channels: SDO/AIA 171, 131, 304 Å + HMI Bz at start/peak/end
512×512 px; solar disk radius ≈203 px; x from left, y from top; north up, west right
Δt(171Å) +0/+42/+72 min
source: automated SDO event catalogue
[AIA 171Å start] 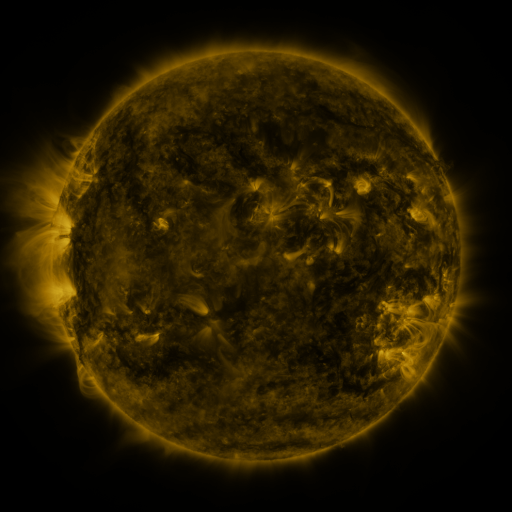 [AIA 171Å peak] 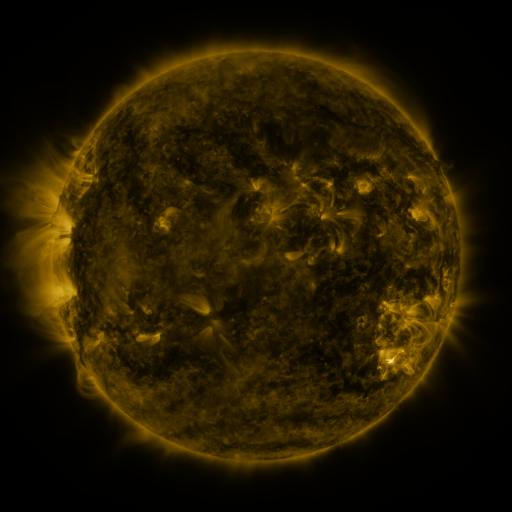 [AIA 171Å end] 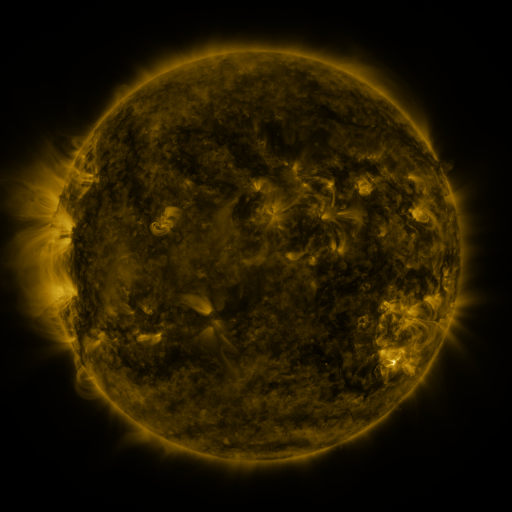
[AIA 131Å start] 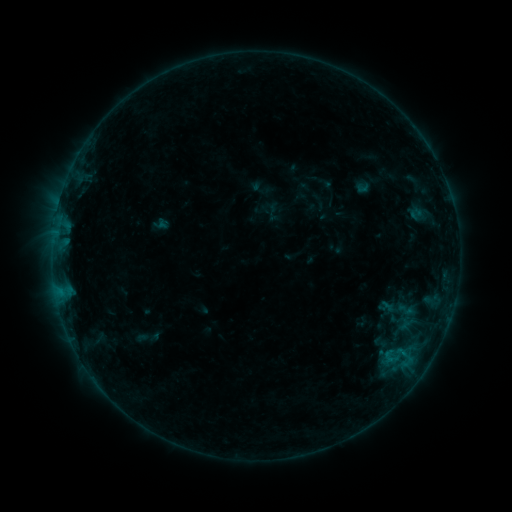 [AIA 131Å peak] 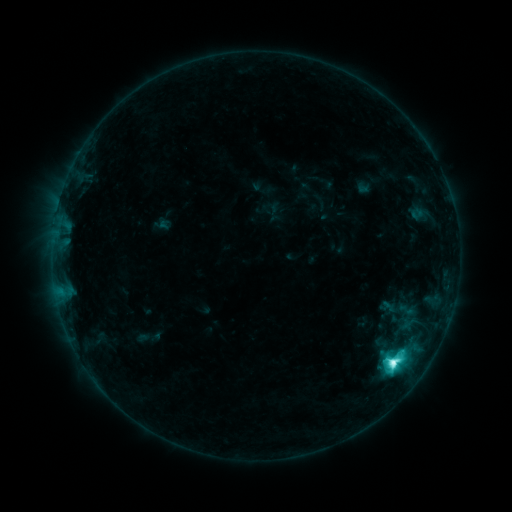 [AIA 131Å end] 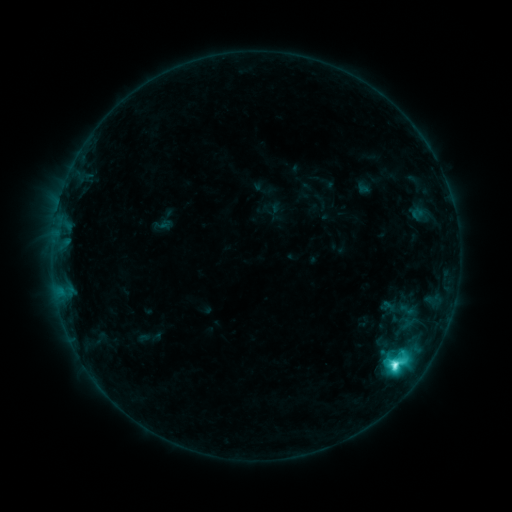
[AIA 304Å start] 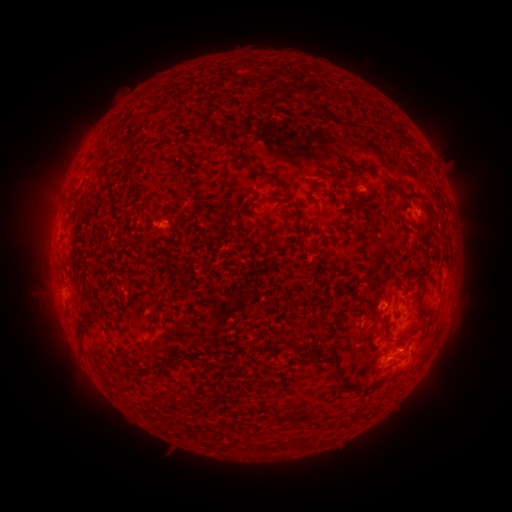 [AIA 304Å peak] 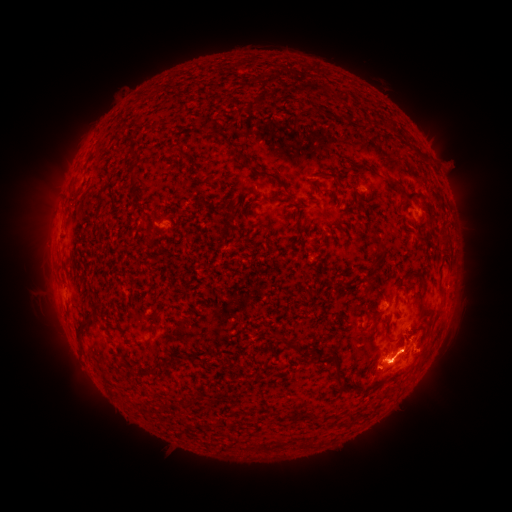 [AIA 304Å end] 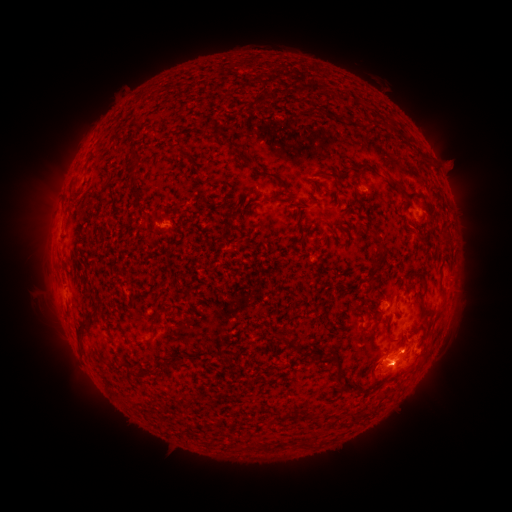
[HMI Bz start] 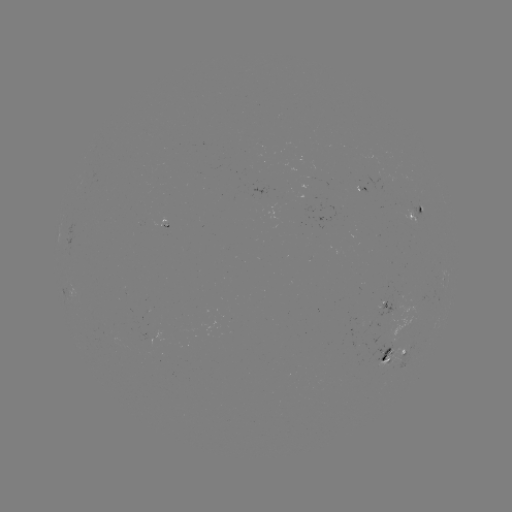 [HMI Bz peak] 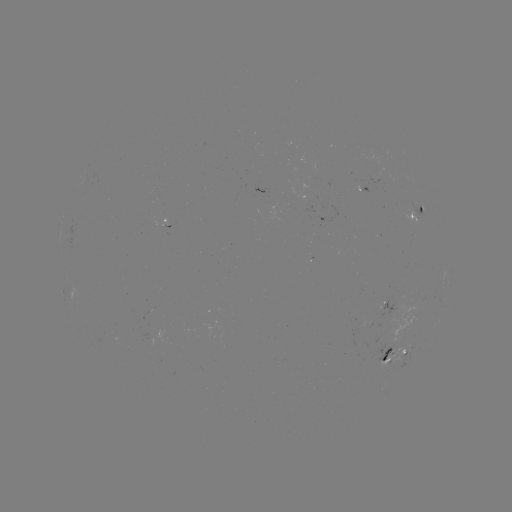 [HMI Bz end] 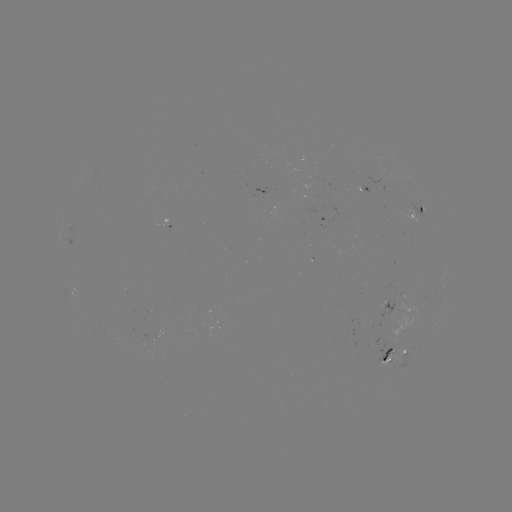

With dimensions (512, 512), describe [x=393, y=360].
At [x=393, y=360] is M1.3 flare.